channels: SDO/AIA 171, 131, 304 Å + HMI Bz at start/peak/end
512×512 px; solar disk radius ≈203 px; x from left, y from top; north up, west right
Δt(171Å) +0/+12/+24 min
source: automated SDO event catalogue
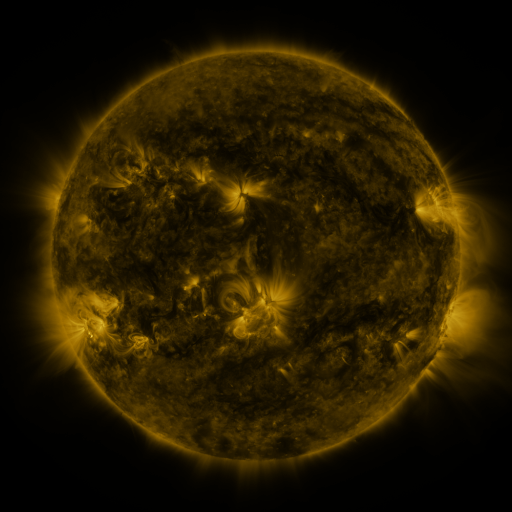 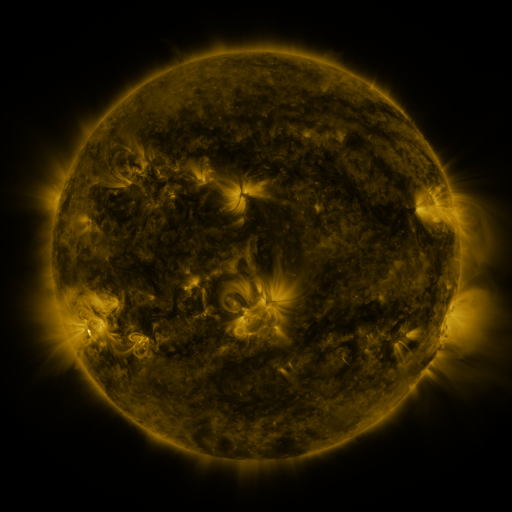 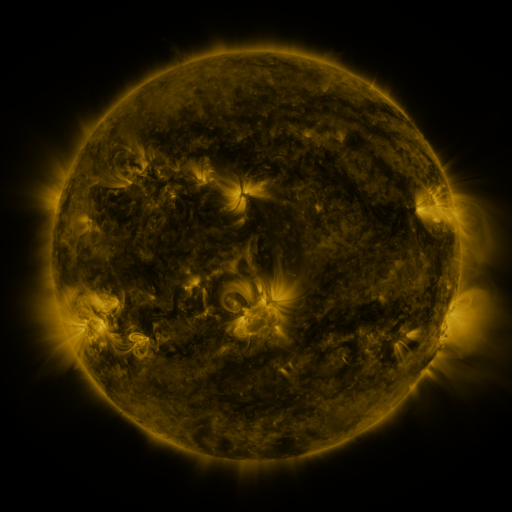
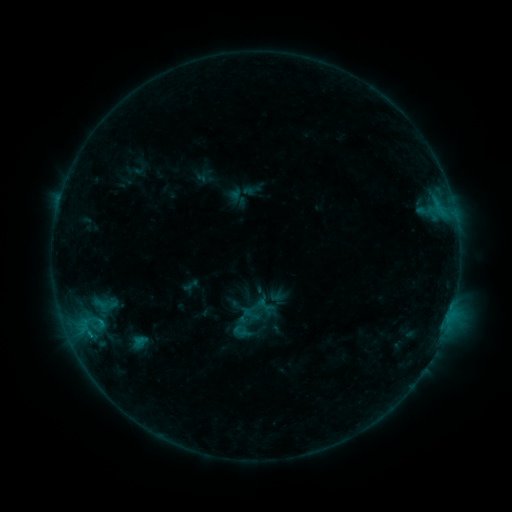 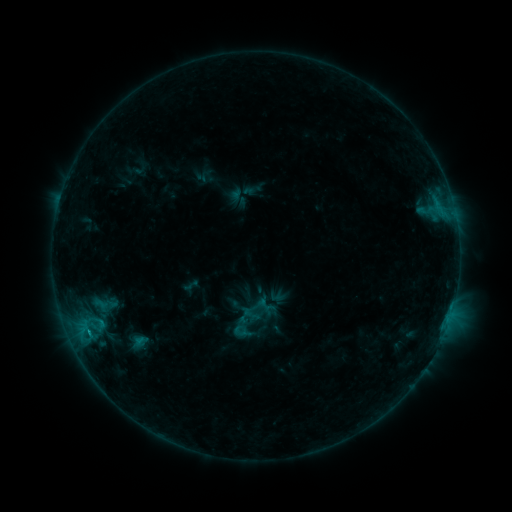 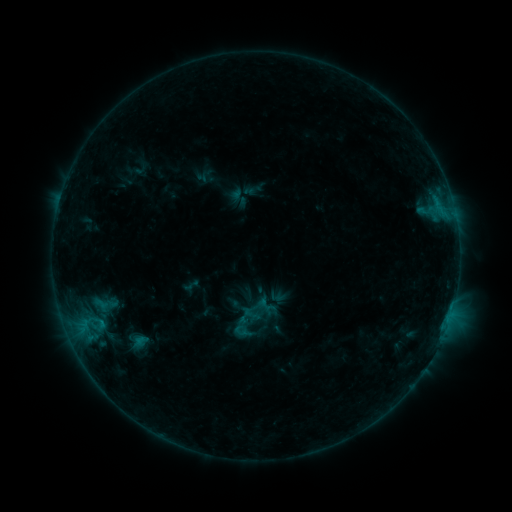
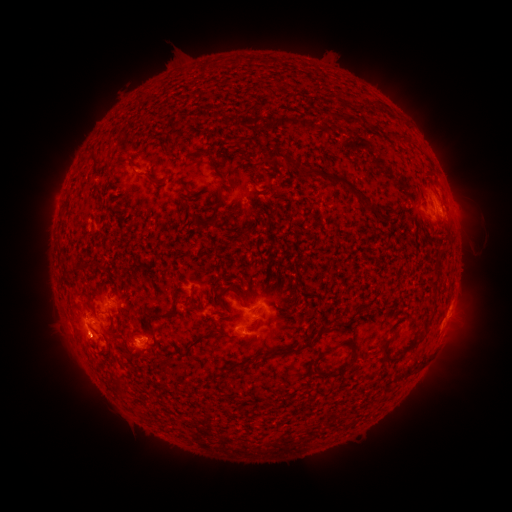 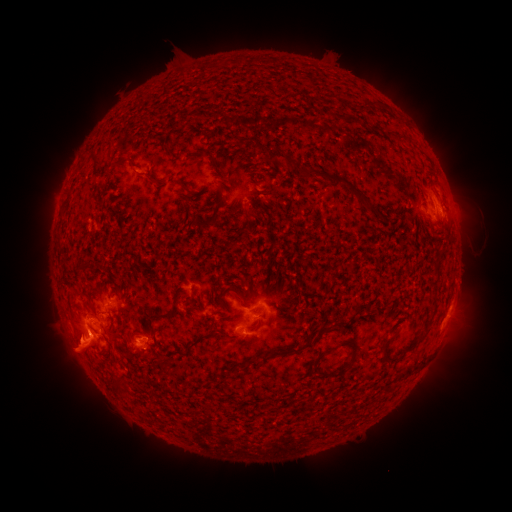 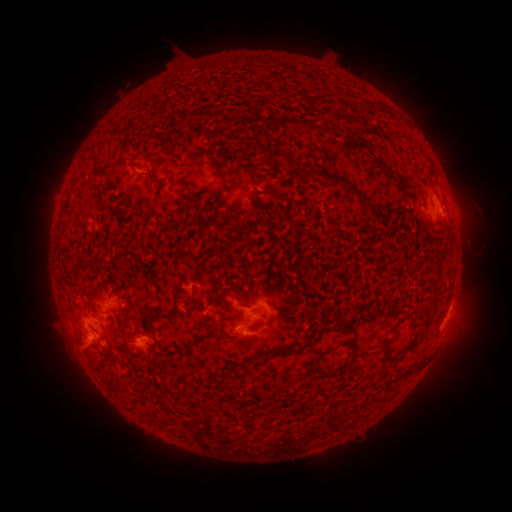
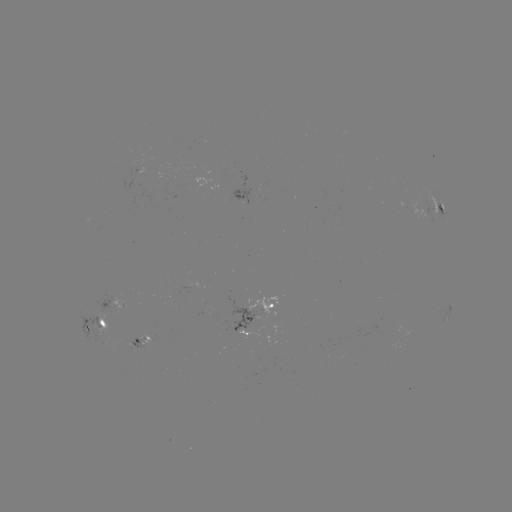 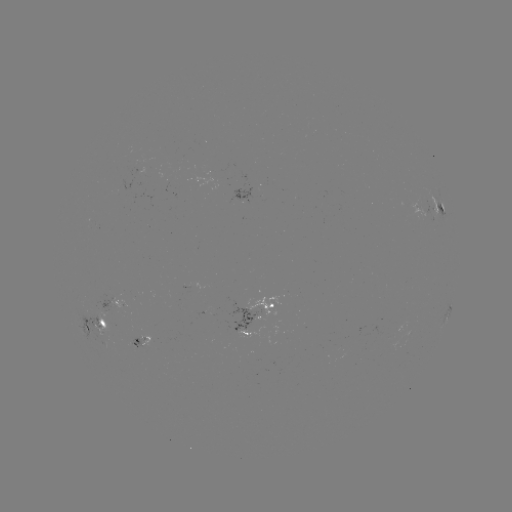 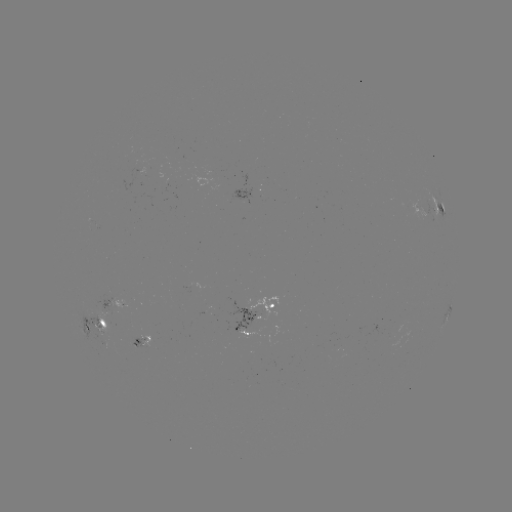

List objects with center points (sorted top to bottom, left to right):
eruption: (77, 351)
